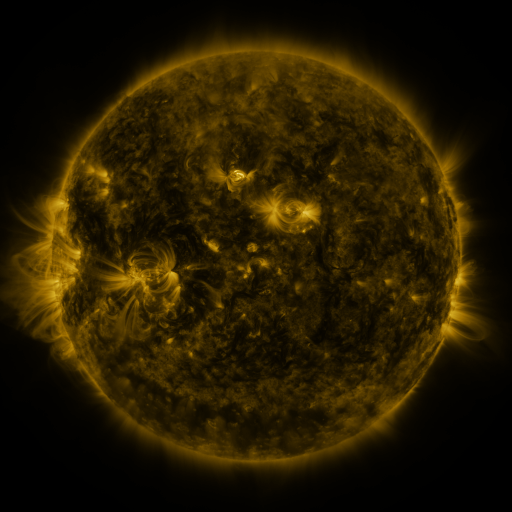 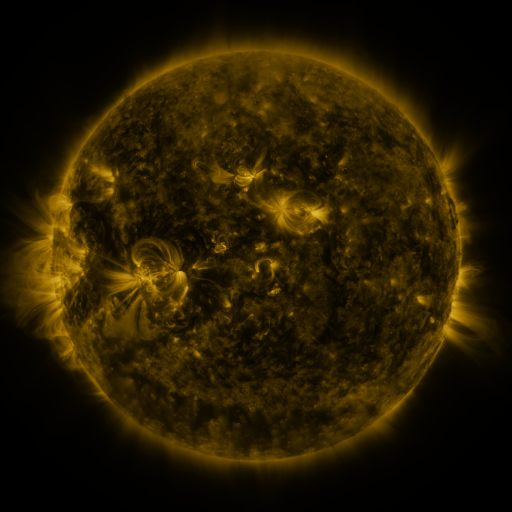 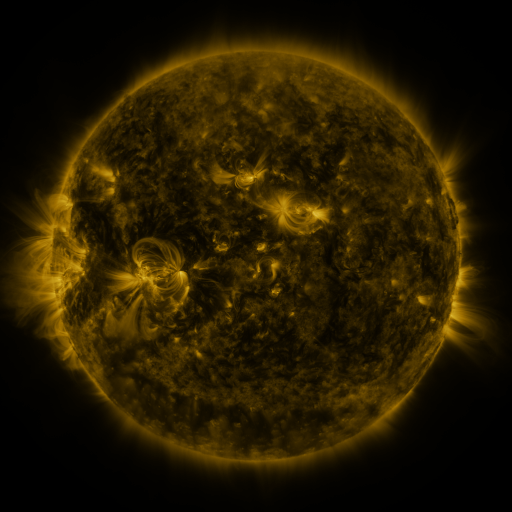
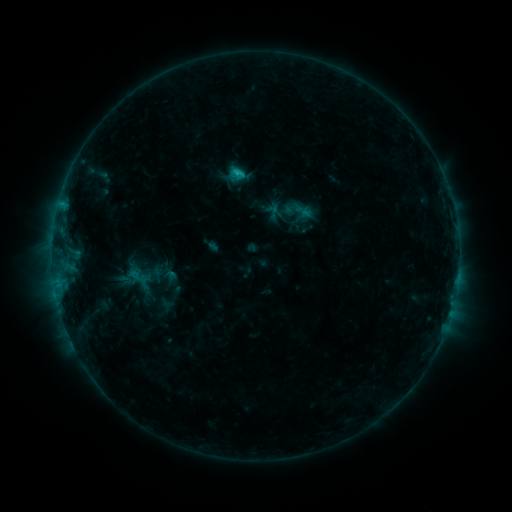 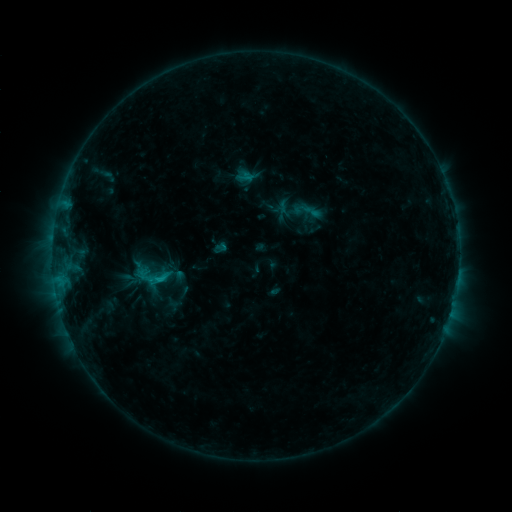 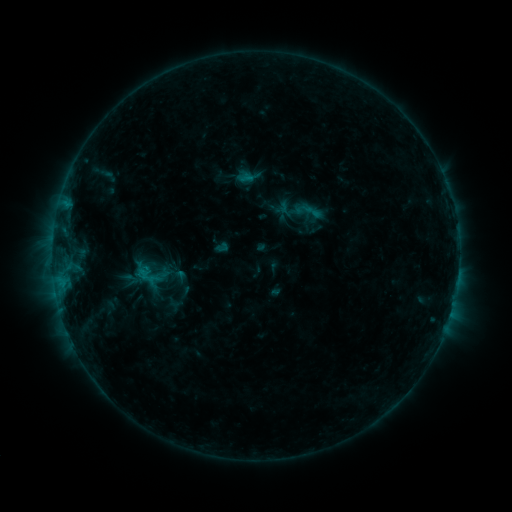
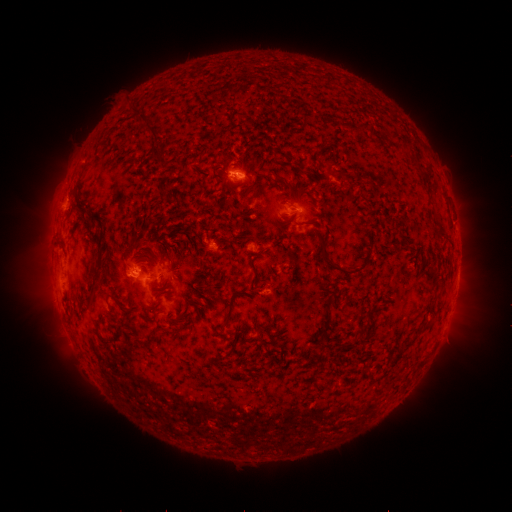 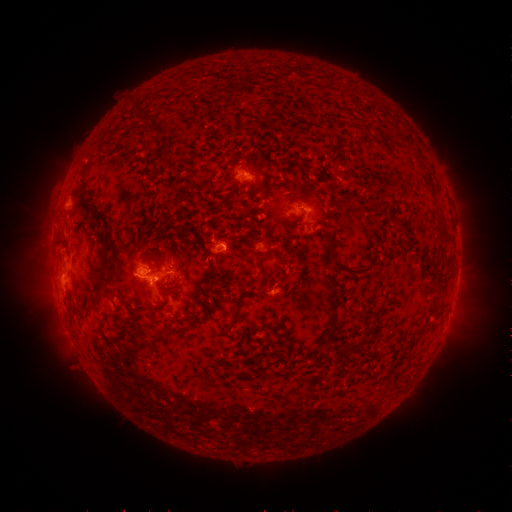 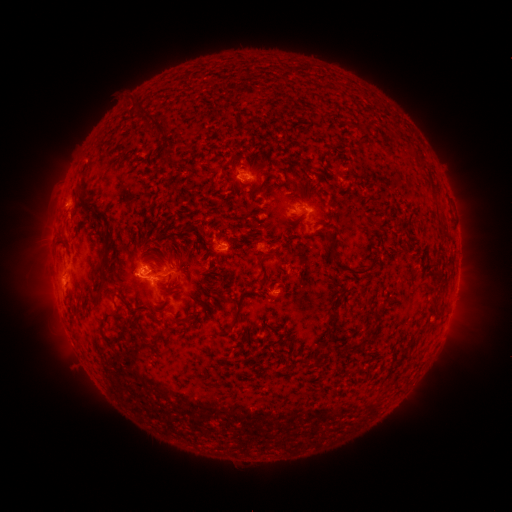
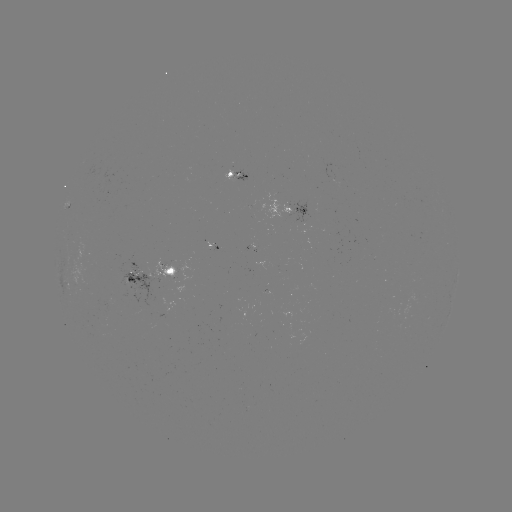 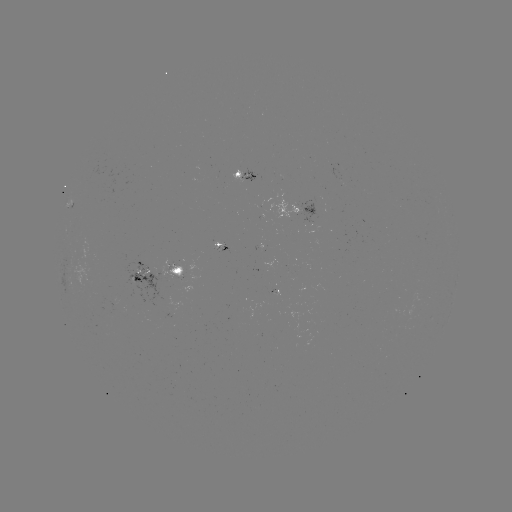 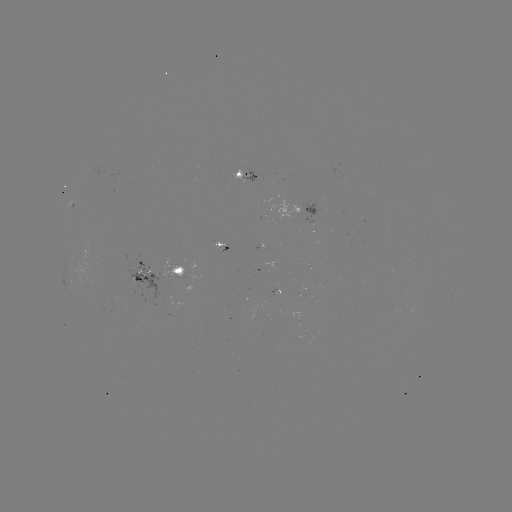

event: emerging-flux region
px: (272, 214)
